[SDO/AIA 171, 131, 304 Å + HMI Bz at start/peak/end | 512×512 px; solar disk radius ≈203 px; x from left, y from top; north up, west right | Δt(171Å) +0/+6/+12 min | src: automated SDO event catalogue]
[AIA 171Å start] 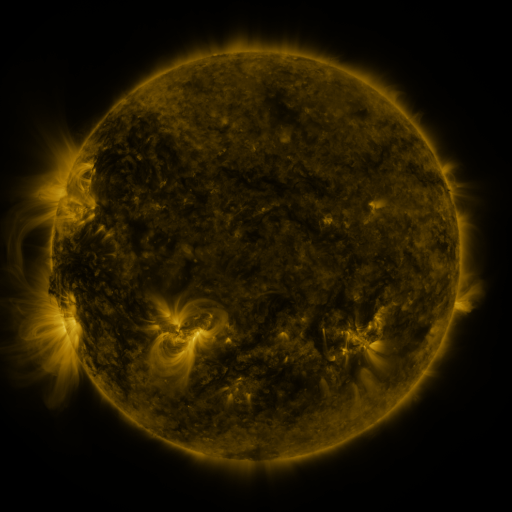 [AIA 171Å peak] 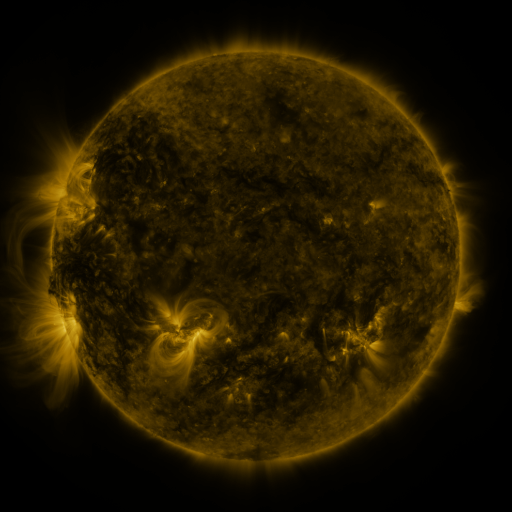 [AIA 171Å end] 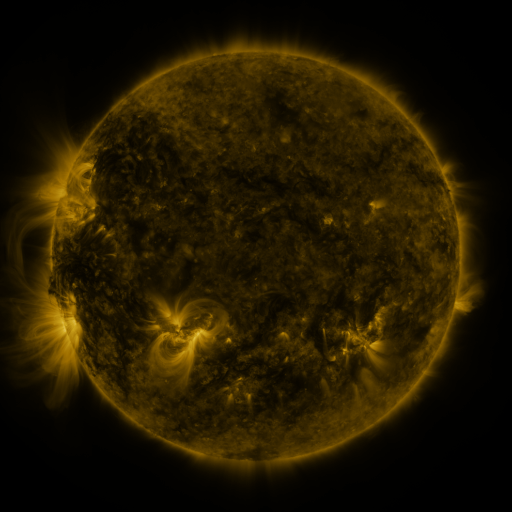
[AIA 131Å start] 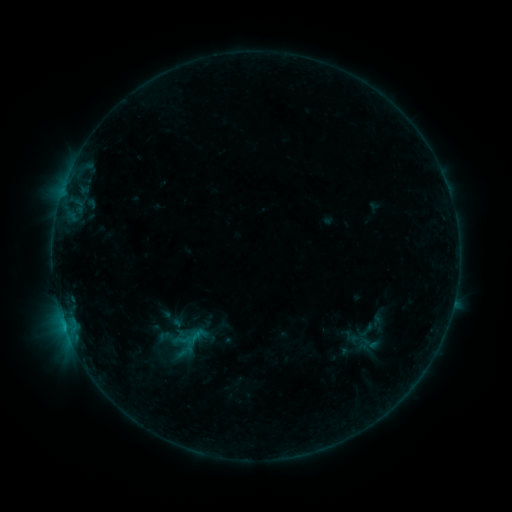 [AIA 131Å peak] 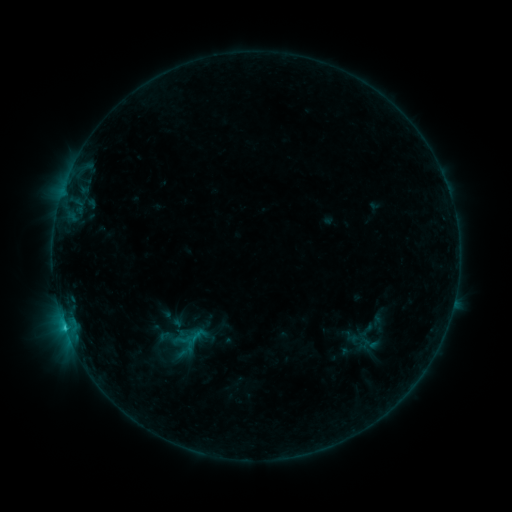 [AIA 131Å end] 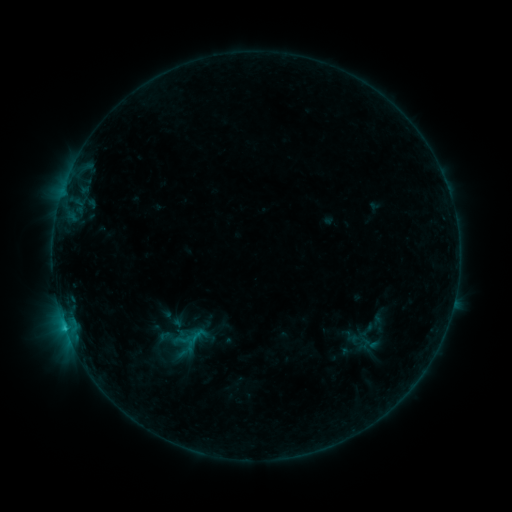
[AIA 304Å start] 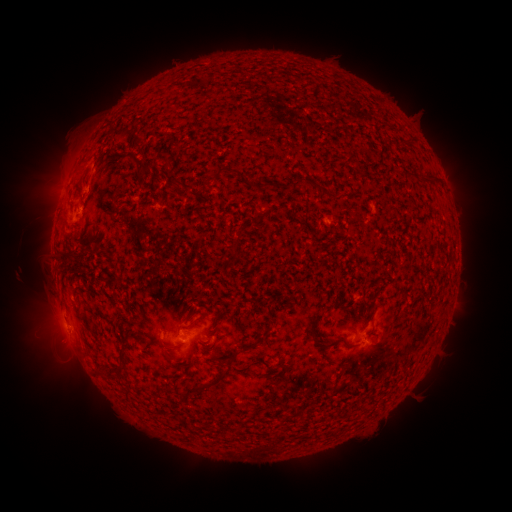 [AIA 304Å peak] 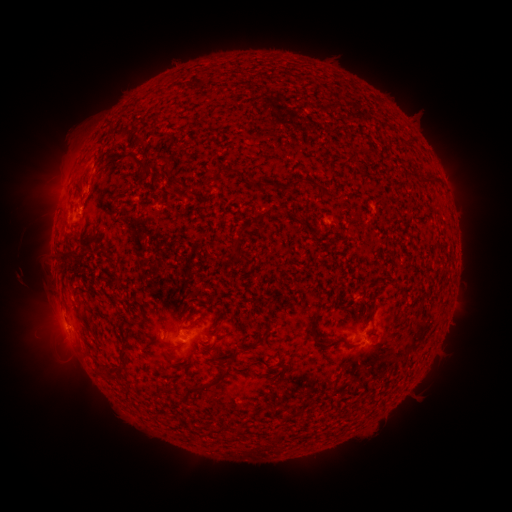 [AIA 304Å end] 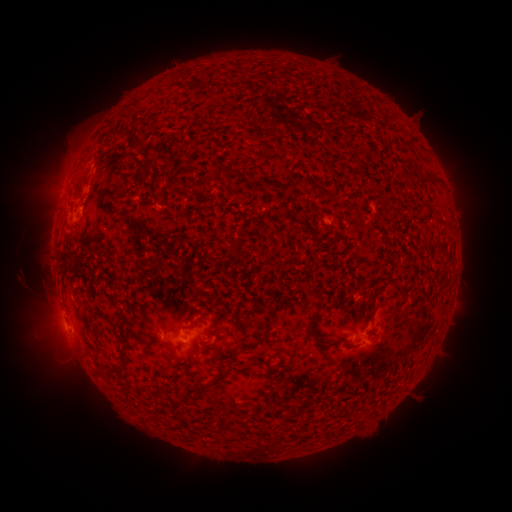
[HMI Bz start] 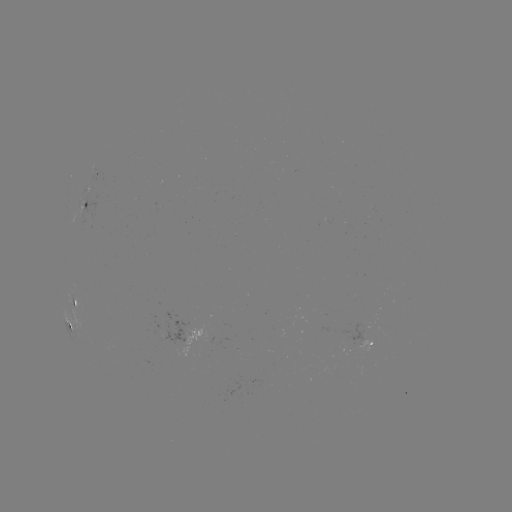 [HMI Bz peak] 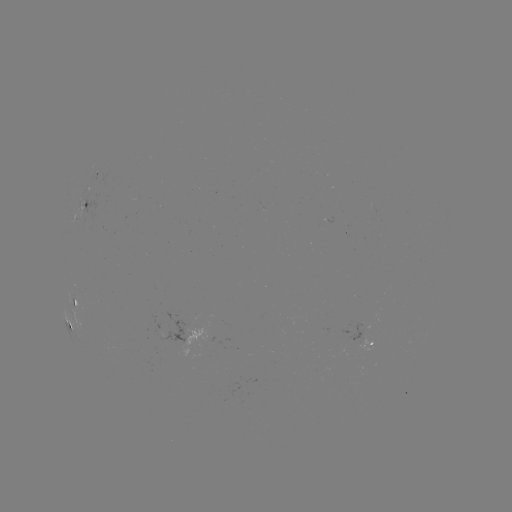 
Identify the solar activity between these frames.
B8.0 flare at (65, 326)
